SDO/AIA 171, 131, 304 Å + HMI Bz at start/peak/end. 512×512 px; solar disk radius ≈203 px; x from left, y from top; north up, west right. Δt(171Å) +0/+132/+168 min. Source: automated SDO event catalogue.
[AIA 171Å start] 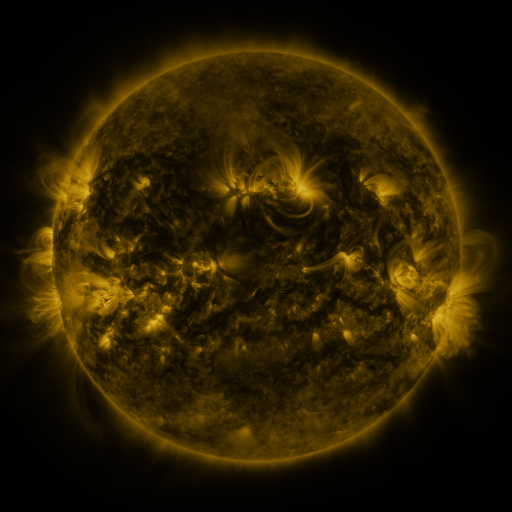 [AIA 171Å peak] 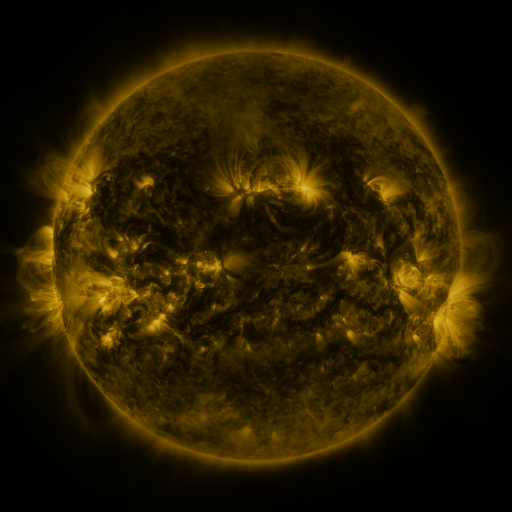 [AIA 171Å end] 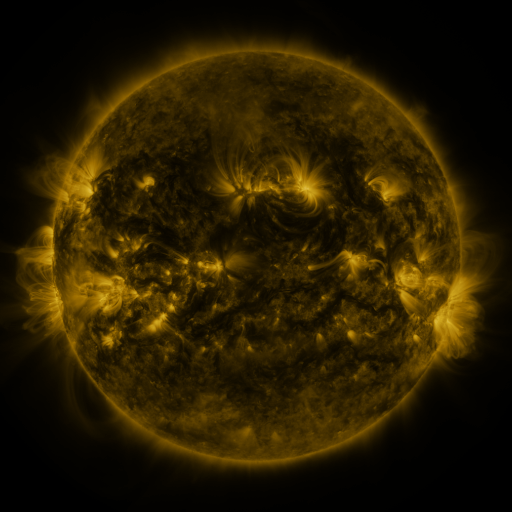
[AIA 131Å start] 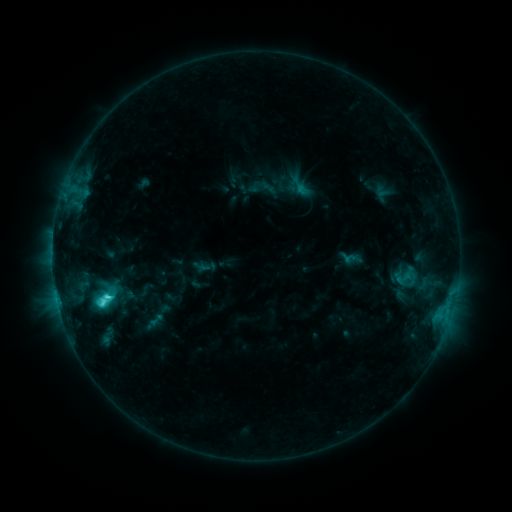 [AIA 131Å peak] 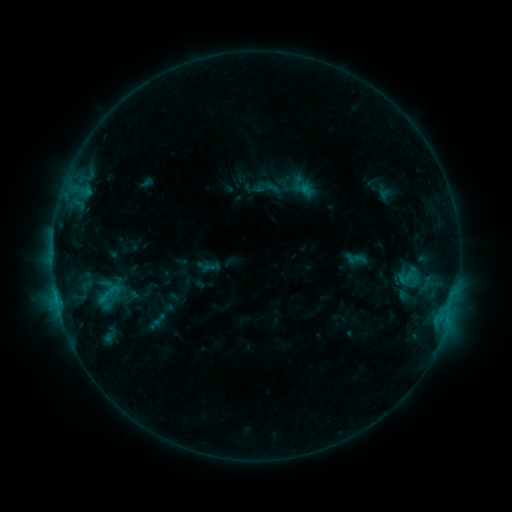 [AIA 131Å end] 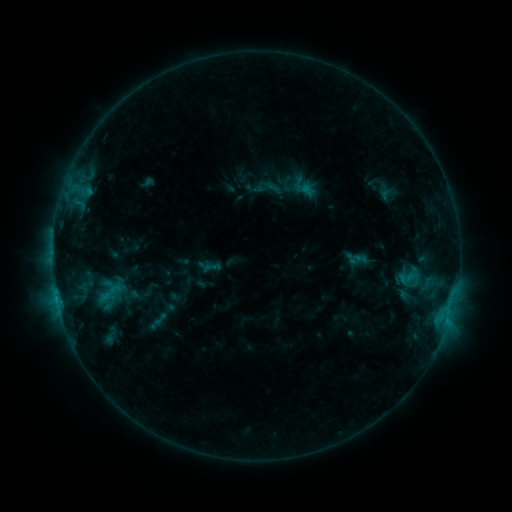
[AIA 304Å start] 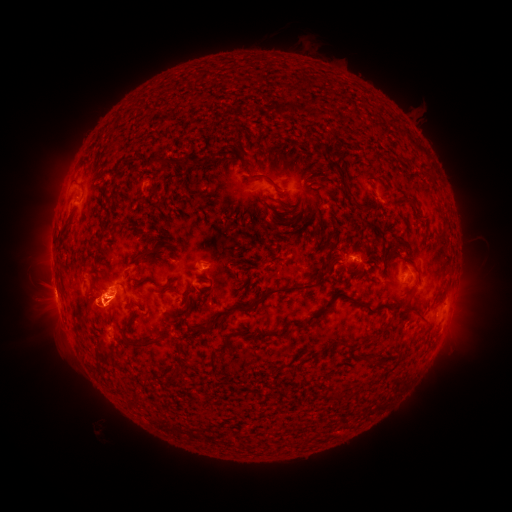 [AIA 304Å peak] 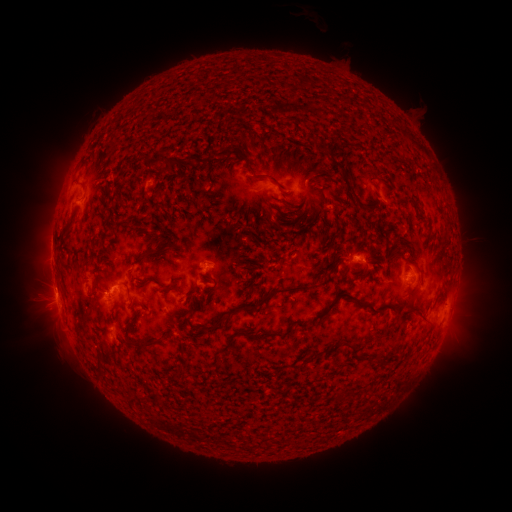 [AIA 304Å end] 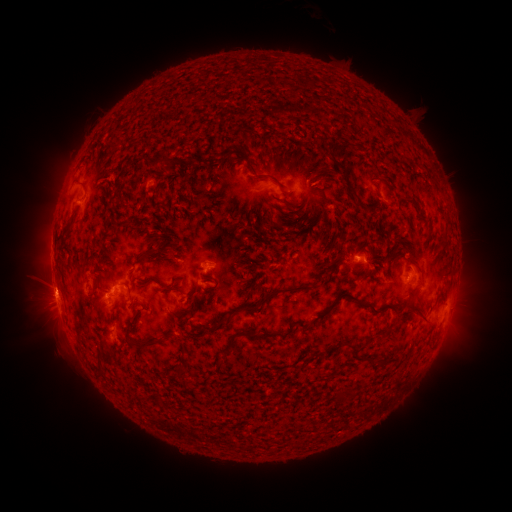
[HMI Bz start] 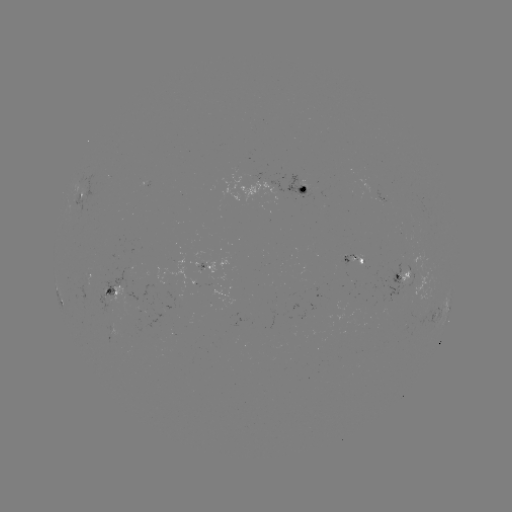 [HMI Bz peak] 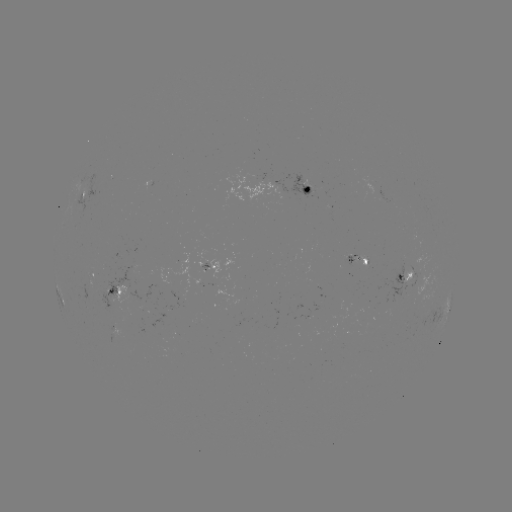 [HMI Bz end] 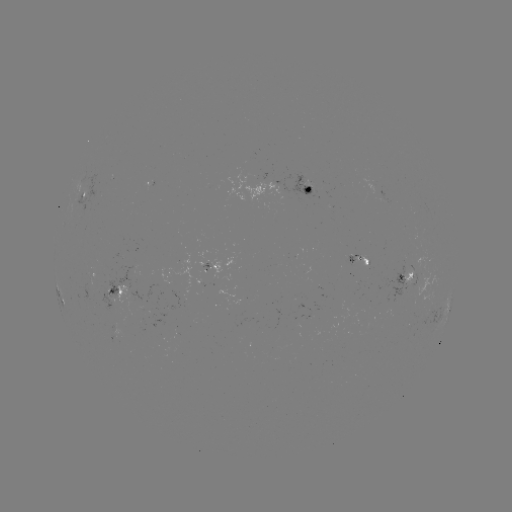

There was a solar emerging-flux region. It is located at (365, 262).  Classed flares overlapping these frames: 3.